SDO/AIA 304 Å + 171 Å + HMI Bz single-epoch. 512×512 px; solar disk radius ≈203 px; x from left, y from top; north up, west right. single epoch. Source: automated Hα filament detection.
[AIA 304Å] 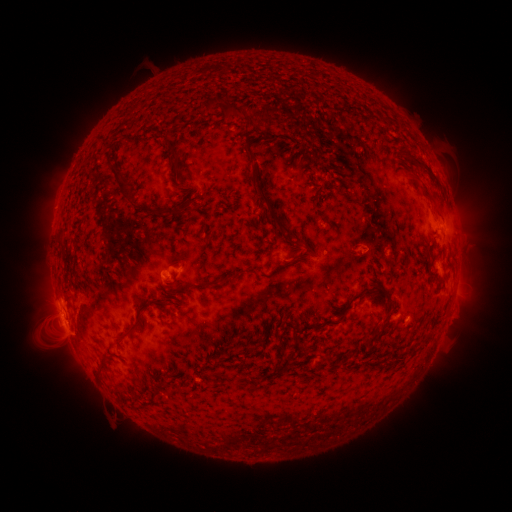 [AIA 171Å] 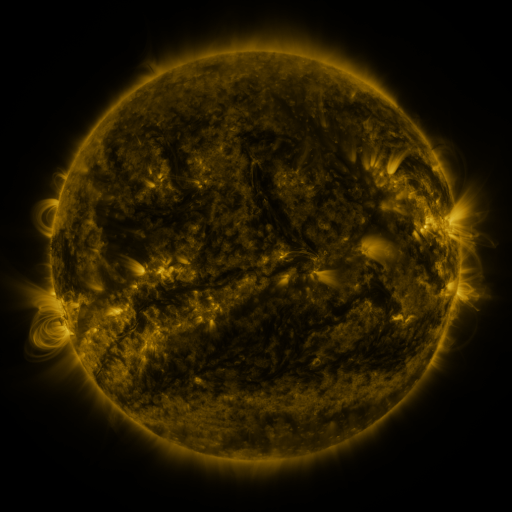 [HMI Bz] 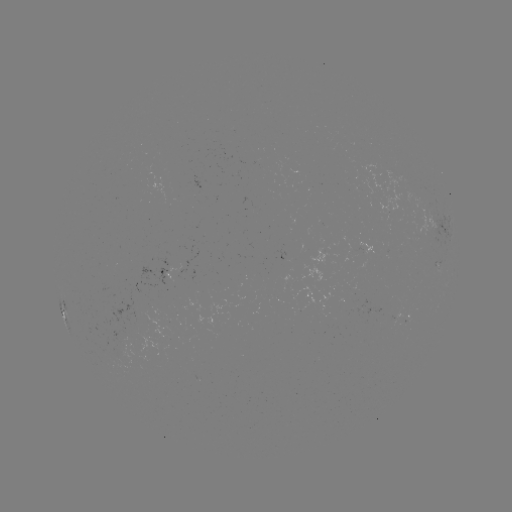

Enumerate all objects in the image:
filament: (239, 112)
filament: (317, 134)
filament: (252, 135)
filament: (170, 148)
filament: (403, 151)
filament: (250, 155)
filament: (345, 165)
filament: (178, 174)
filament: (266, 183)
filament: (419, 183)
filament: (122, 188)
filament: (270, 209)
filament: (184, 211)
filament: (438, 211)
filament: (281, 218)
filament: (306, 246)
filament: (379, 253)
filament: (295, 257)
filament: (184, 259)
filament: (128, 275)
filament: (195, 286)
filament: (362, 293)
filament: (171, 304)
filament: (390, 307)
filament: (138, 324)
filament: (310, 327)
filament: (375, 329)
filament: (215, 338)
filament: (261, 341)
filament: (103, 368)
